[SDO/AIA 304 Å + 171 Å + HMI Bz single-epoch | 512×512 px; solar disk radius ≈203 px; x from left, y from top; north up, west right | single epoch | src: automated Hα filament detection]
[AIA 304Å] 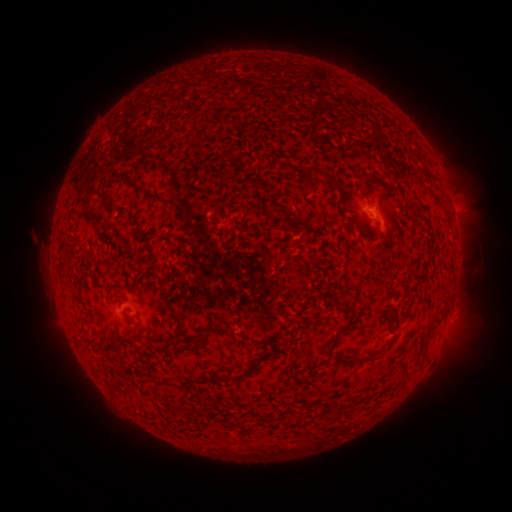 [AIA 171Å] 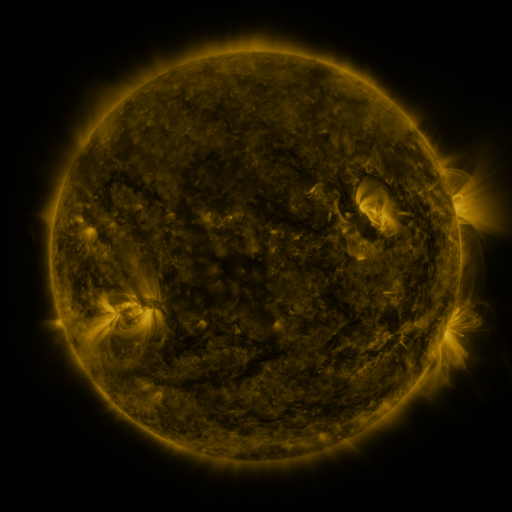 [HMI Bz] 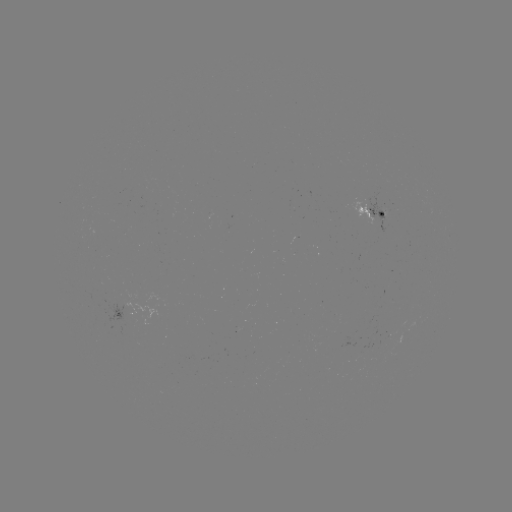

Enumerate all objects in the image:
filament: [305, 166, 317, 175]
filament: [106, 172, 127, 182]
filament: [324, 173, 342, 191]
filament: [357, 175, 368, 196]
filament: [100, 188, 116, 210]
filament: [400, 195, 412, 209]
filament: [210, 320, 222, 332]
filament: [201, 329, 209, 341]
filament: [324, 329, 378, 366]
filament: [253, 354, 268, 363]
filament: [205, 370, 249, 381]
